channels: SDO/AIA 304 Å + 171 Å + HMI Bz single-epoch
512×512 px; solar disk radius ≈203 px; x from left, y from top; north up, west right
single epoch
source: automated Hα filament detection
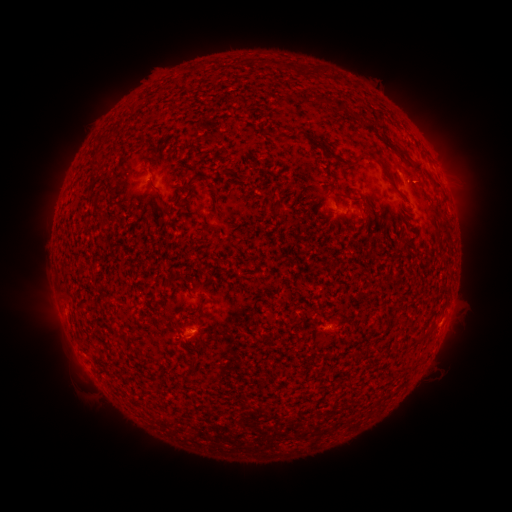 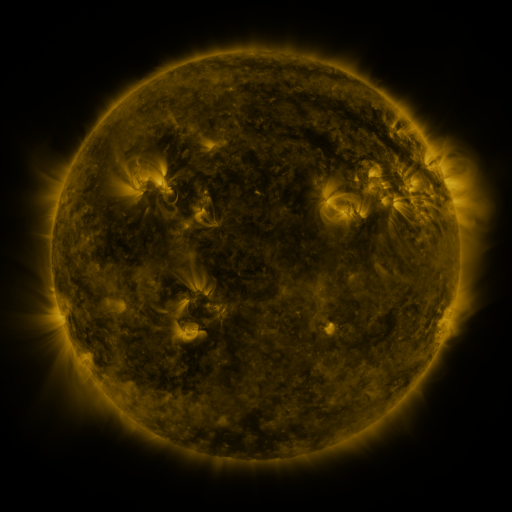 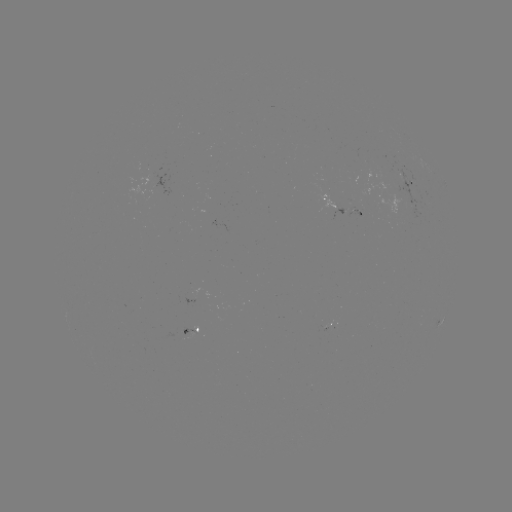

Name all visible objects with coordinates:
filament: <bbox>320, 144, 346, 165</bbox>
filament: <bbox>398, 151, 411, 161</bbox>
filament: <bbox>92, 156, 103, 165</bbox>
filament: <bbox>150, 176, 158, 188</bbox>
filament: <bbox>387, 180, 399, 194</bbox>
filament: <bbox>154, 194, 164, 207</bbox>
filament: <bbox>204, 213, 212, 224</bbox>
filament: <bbox>198, 299, 206, 308</bbox>
